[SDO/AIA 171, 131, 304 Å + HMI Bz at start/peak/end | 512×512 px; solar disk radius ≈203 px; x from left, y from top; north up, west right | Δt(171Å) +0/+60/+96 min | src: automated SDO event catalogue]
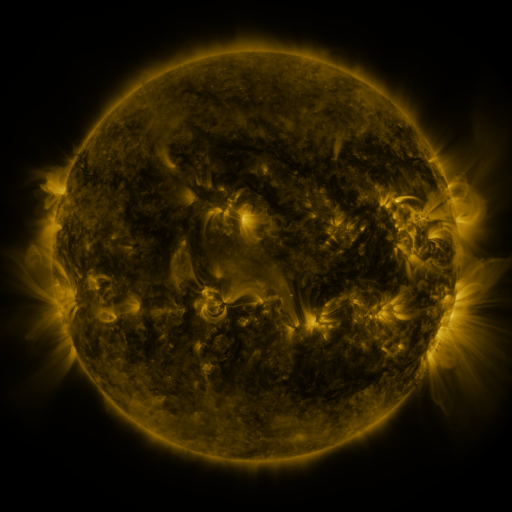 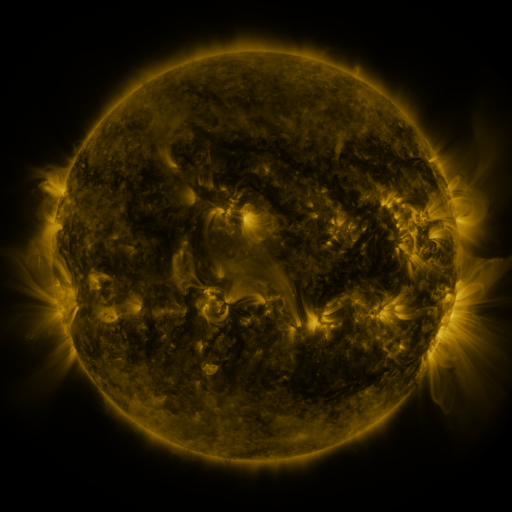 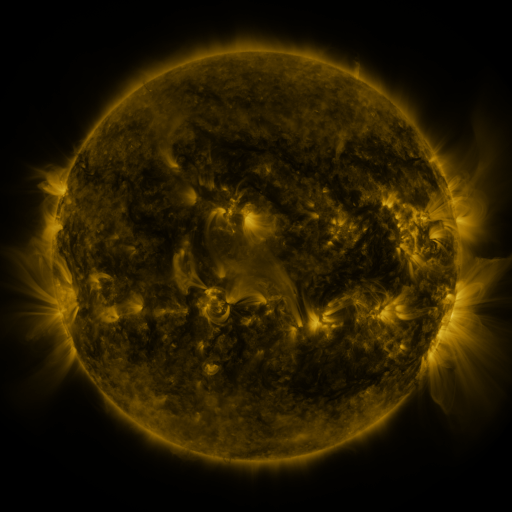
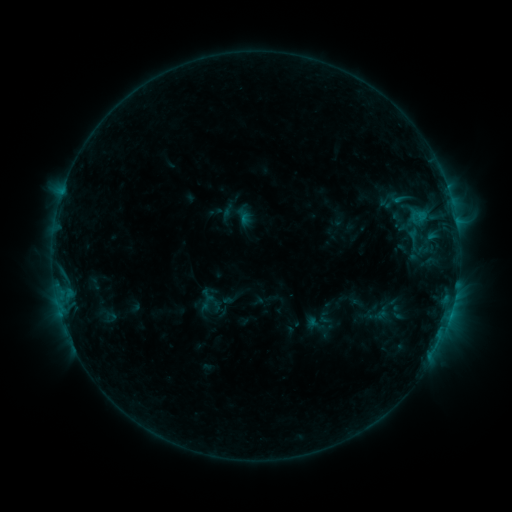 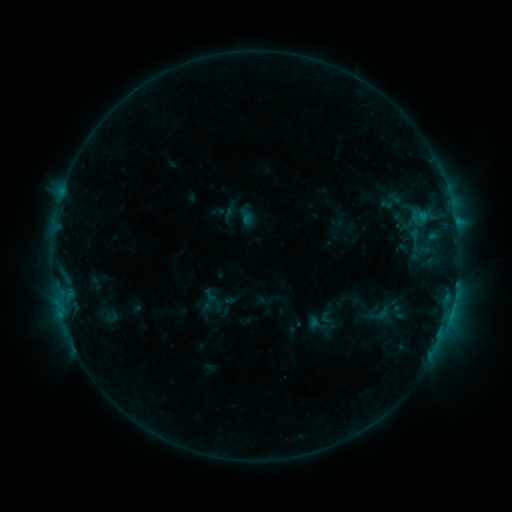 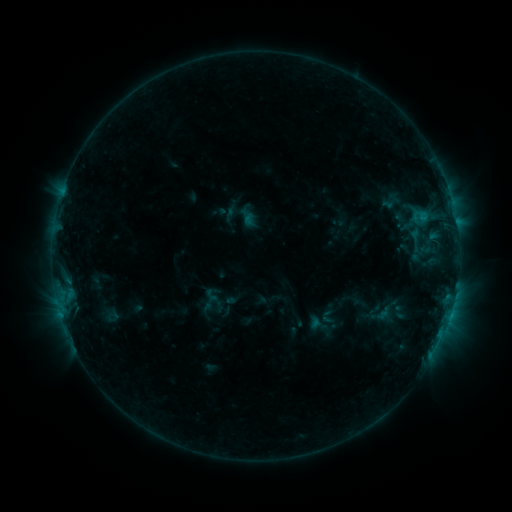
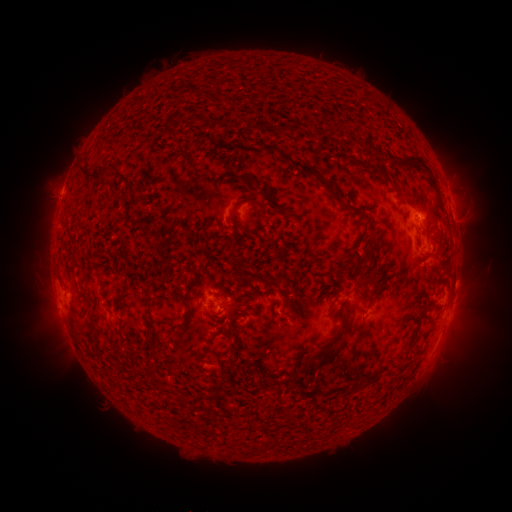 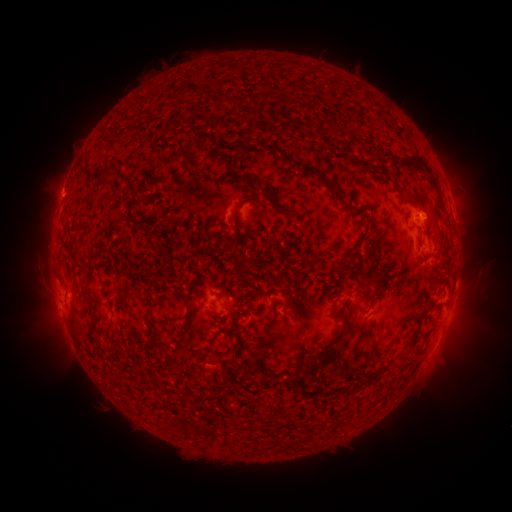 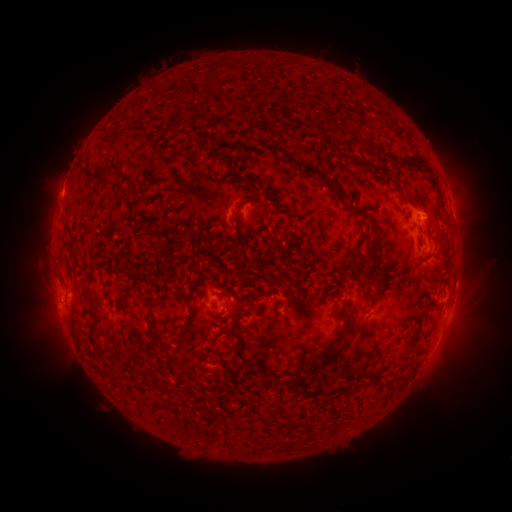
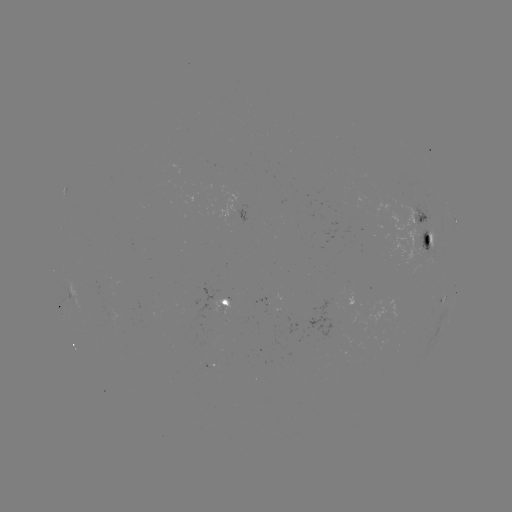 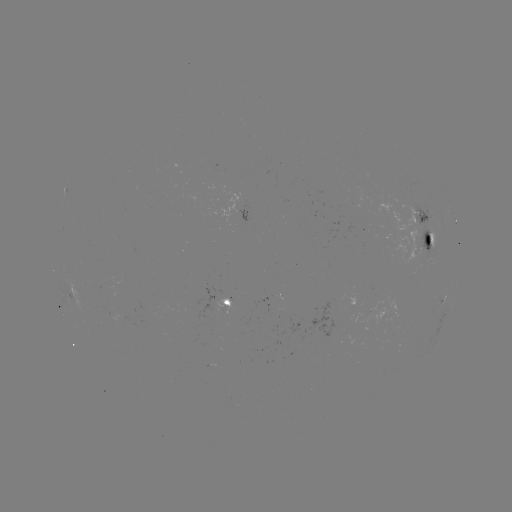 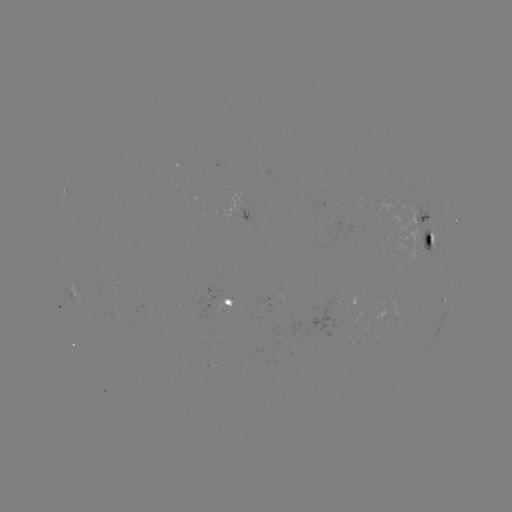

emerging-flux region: <bbox>271, 293, 283, 302</bbox>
